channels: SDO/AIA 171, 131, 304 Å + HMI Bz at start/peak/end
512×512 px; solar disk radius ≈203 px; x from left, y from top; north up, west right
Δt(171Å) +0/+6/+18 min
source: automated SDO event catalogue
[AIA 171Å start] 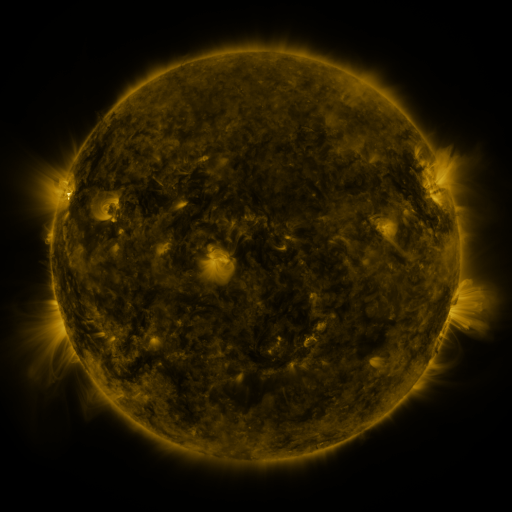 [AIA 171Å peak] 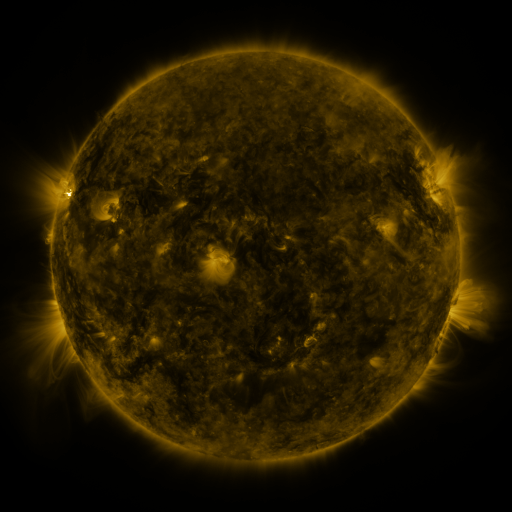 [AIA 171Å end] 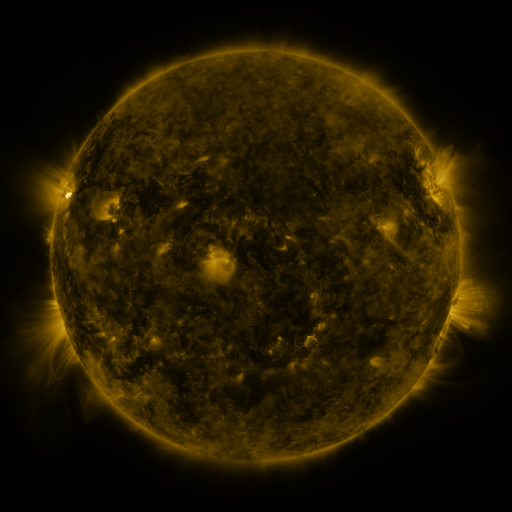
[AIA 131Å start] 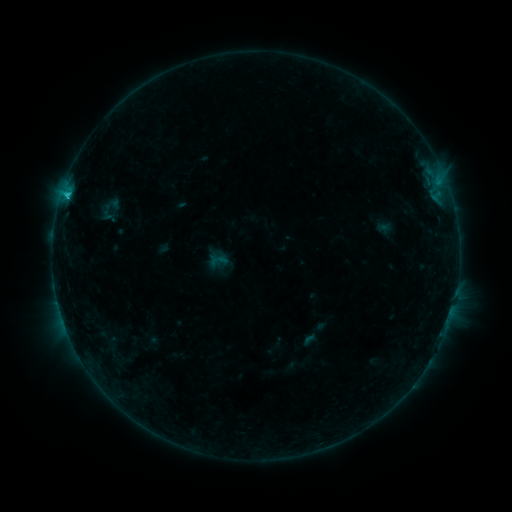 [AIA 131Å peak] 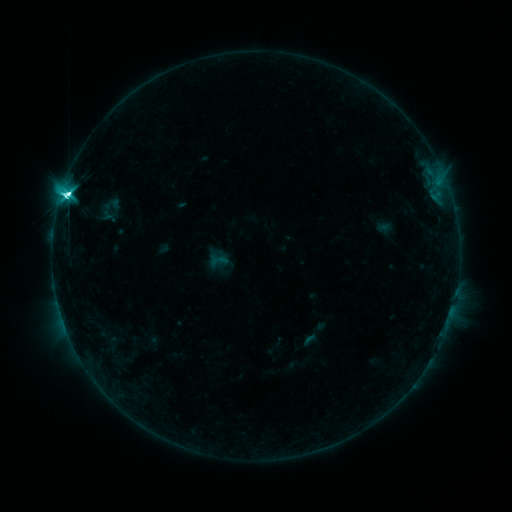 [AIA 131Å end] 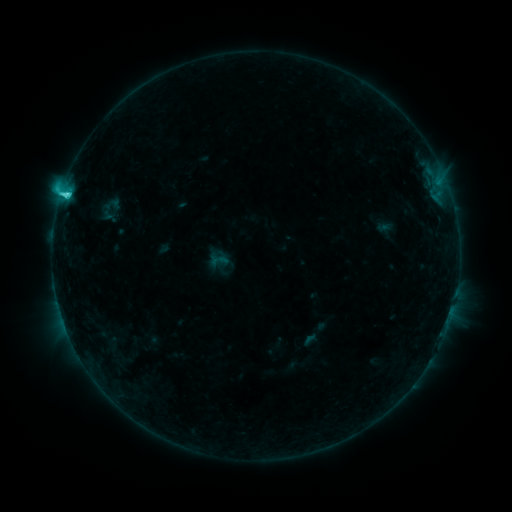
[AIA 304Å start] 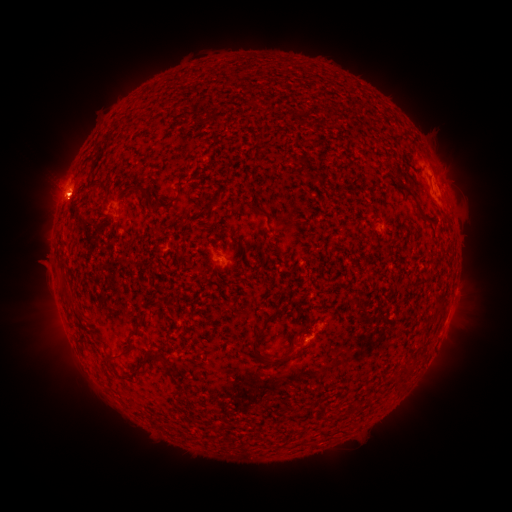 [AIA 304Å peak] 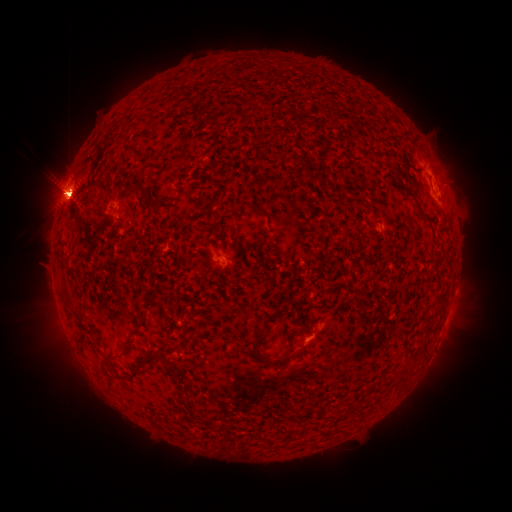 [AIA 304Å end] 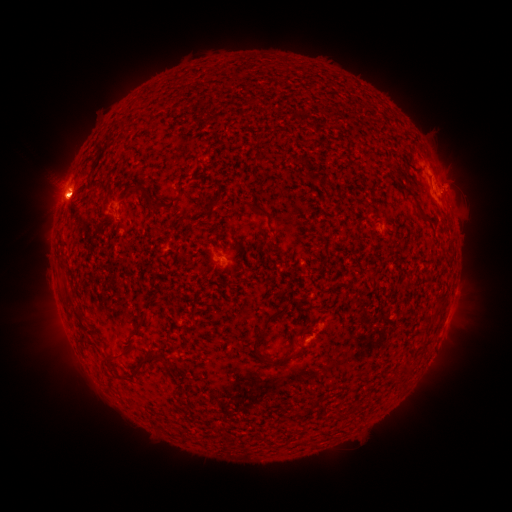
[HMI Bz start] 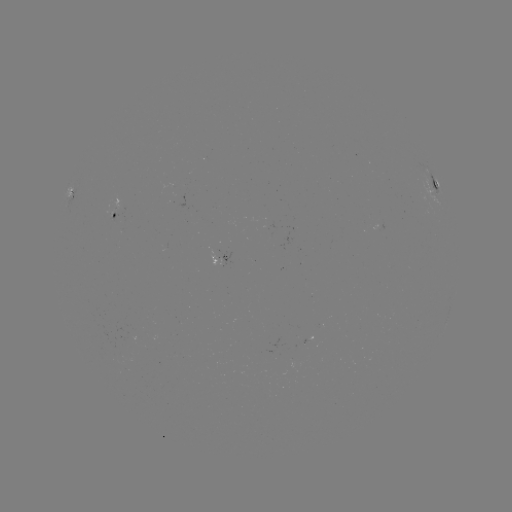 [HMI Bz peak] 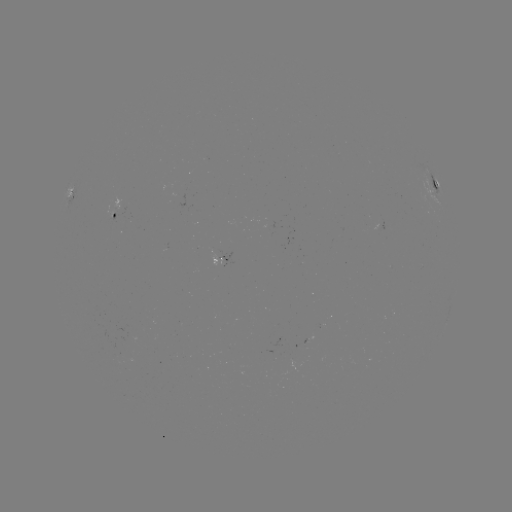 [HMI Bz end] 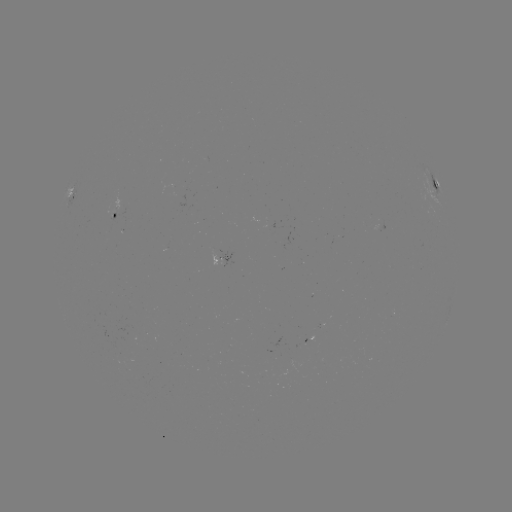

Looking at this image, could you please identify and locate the eruption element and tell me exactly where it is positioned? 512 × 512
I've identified eruption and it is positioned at [64, 191].